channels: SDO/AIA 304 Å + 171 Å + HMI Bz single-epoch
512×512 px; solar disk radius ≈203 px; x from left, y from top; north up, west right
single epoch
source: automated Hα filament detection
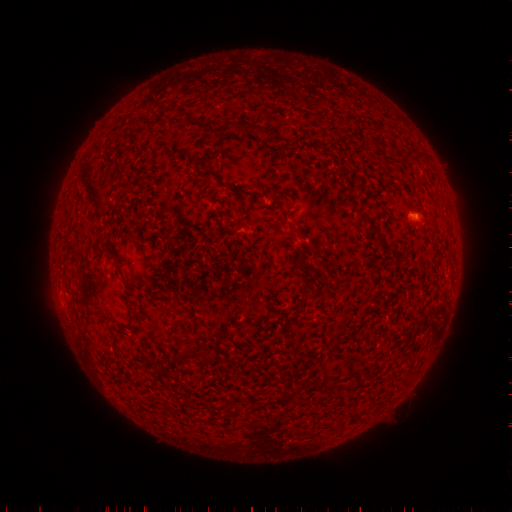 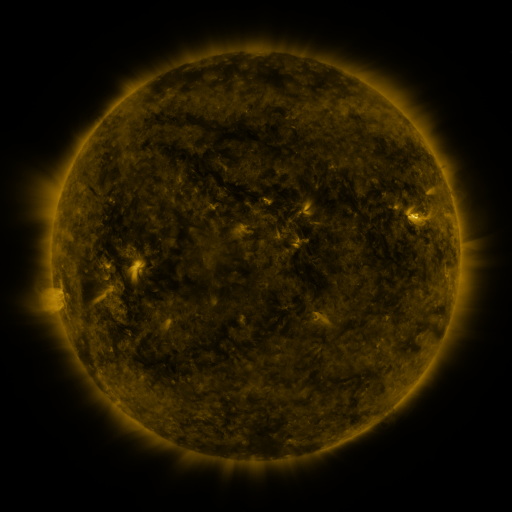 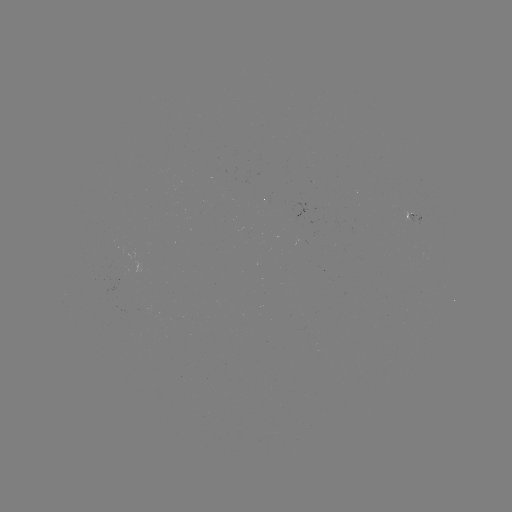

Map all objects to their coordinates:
filament: (248, 121, 261, 132)
filament: (83, 168, 104, 201)
filament: (203, 170, 213, 178)
filament: (230, 187, 248, 195)
filament: (367, 223, 381, 237)
filament: (293, 248, 309, 271)
filament: (174, 349, 192, 361)
filament: (204, 352, 214, 364)
filament: (158, 359, 166, 371)
